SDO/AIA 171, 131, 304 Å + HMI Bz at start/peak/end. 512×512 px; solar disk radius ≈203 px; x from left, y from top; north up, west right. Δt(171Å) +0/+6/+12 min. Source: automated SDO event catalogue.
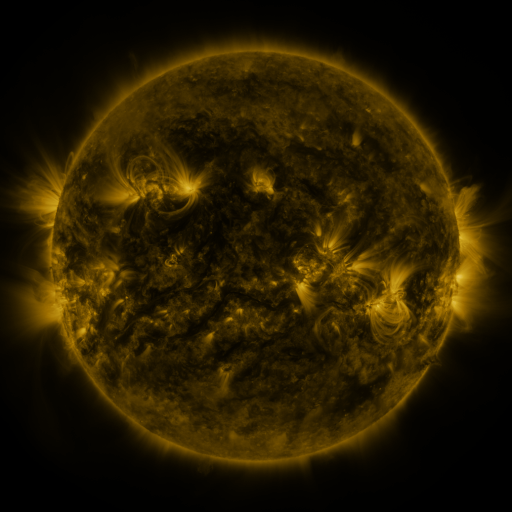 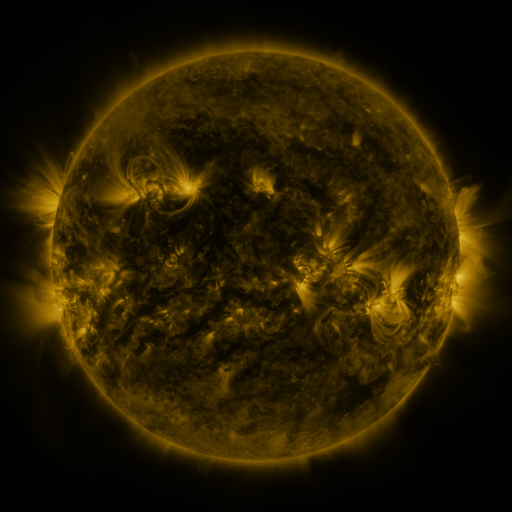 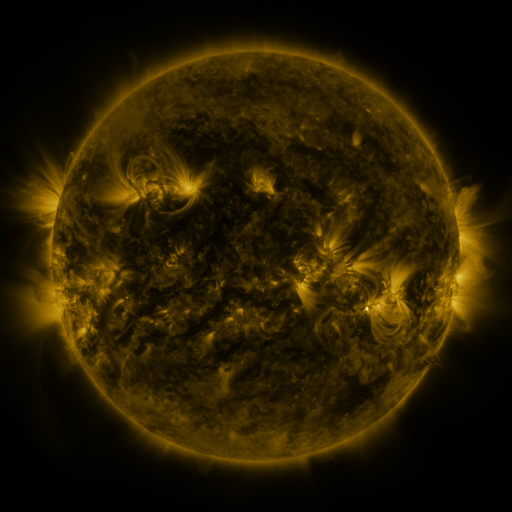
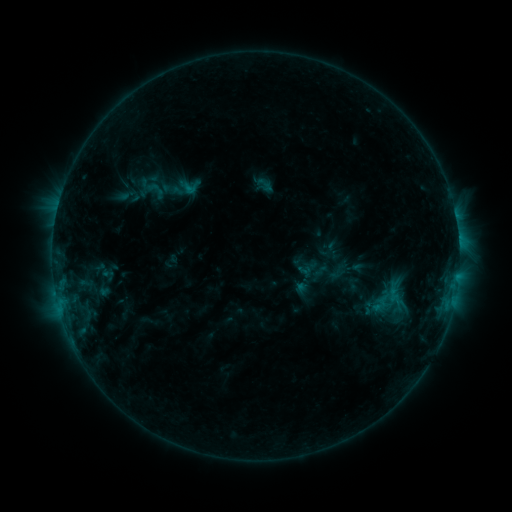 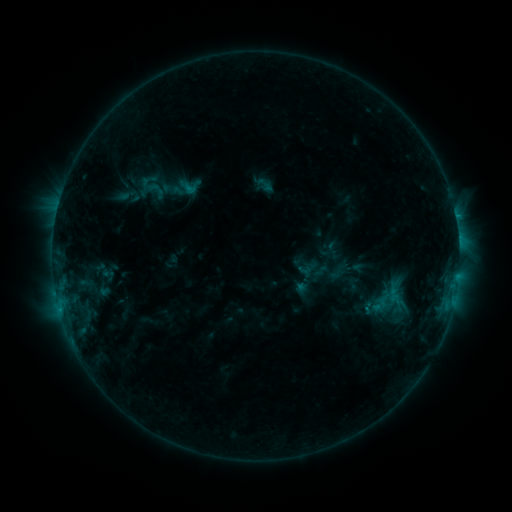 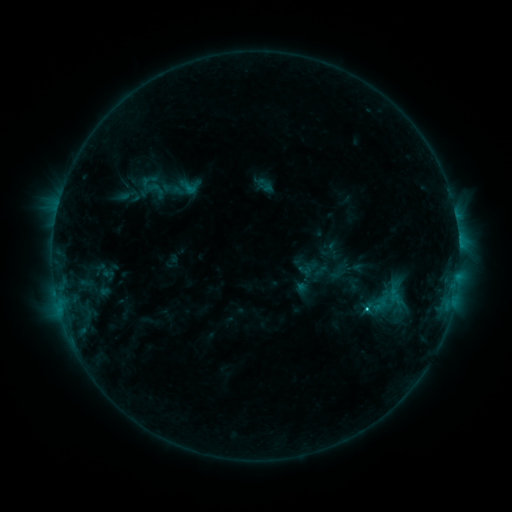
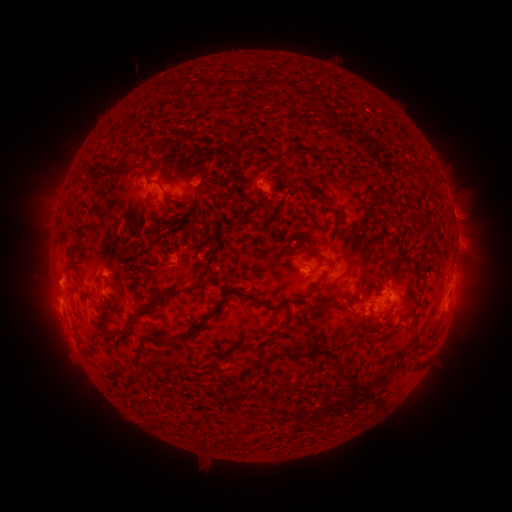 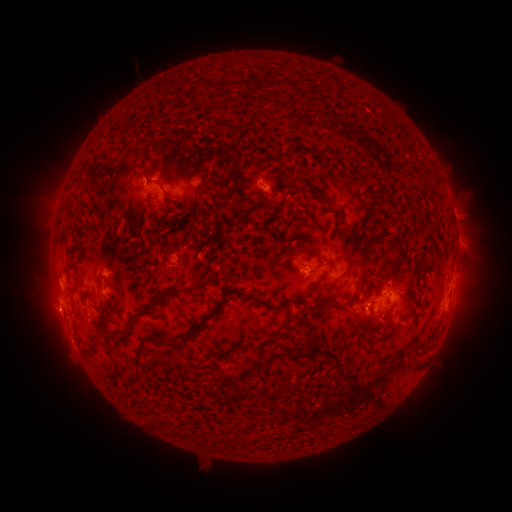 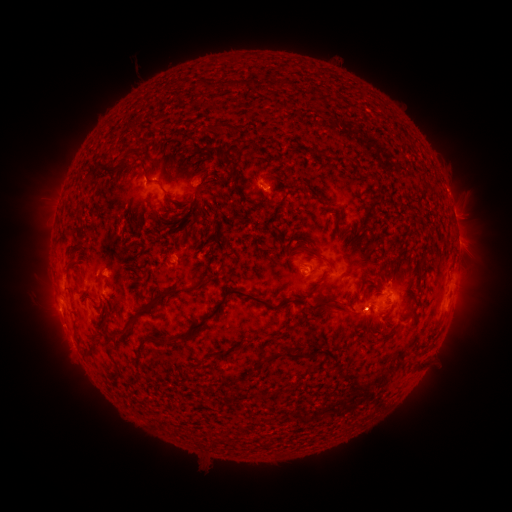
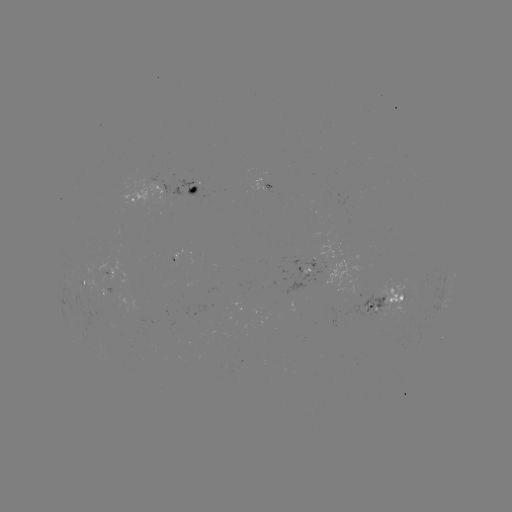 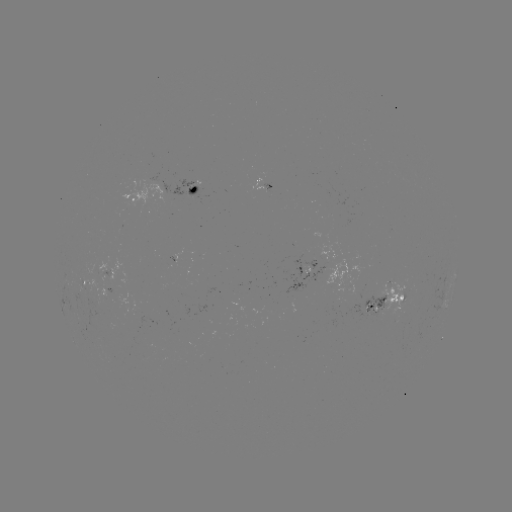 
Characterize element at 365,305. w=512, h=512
C2.0 flare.